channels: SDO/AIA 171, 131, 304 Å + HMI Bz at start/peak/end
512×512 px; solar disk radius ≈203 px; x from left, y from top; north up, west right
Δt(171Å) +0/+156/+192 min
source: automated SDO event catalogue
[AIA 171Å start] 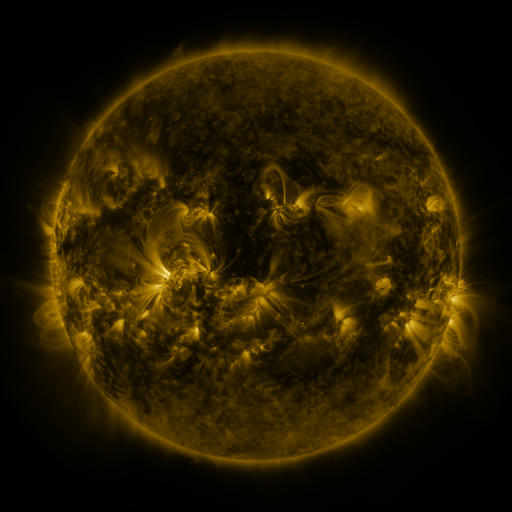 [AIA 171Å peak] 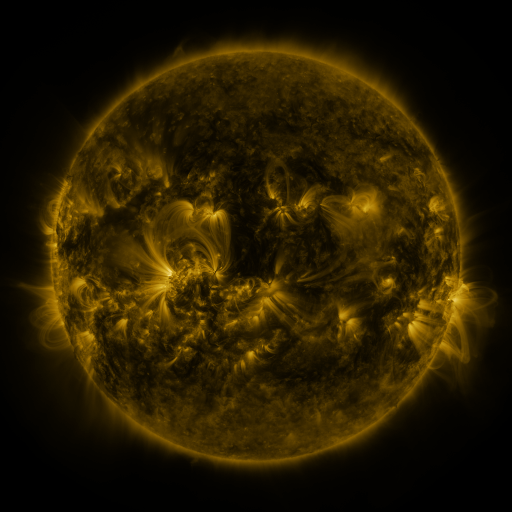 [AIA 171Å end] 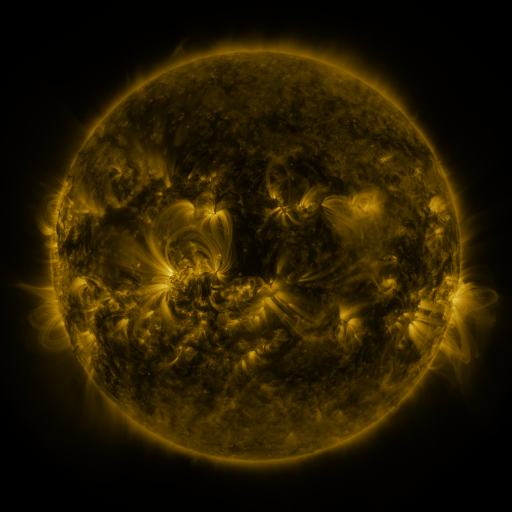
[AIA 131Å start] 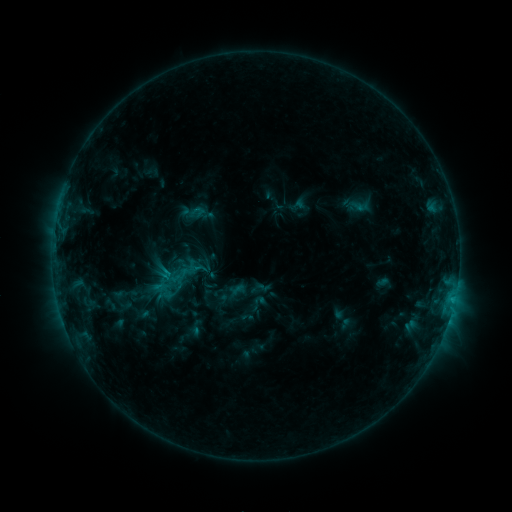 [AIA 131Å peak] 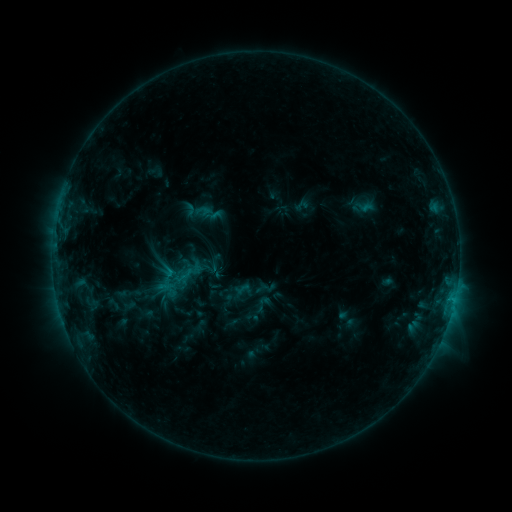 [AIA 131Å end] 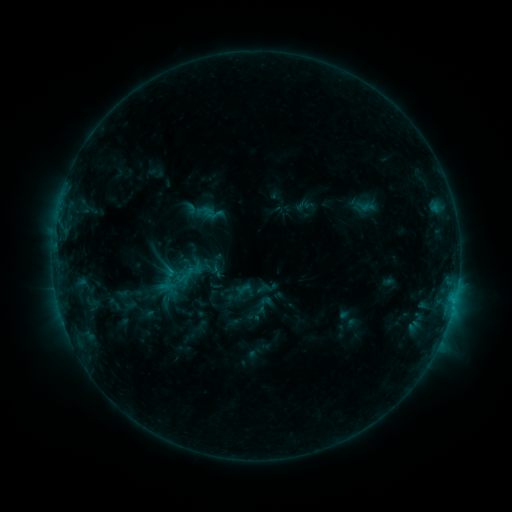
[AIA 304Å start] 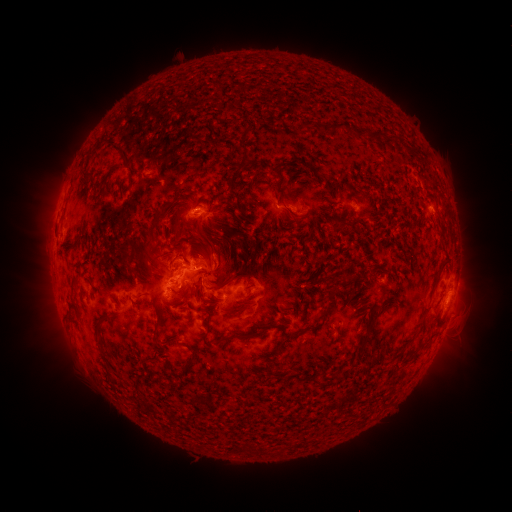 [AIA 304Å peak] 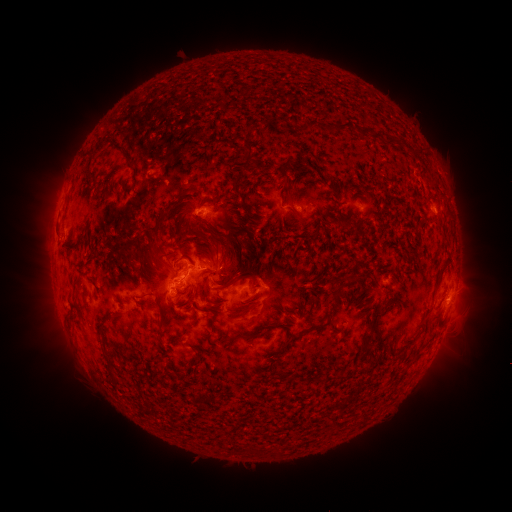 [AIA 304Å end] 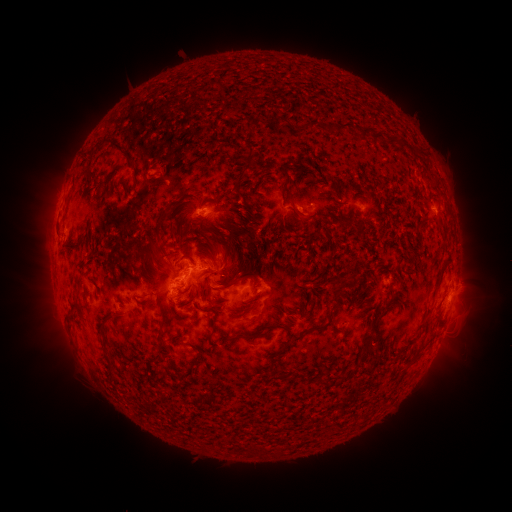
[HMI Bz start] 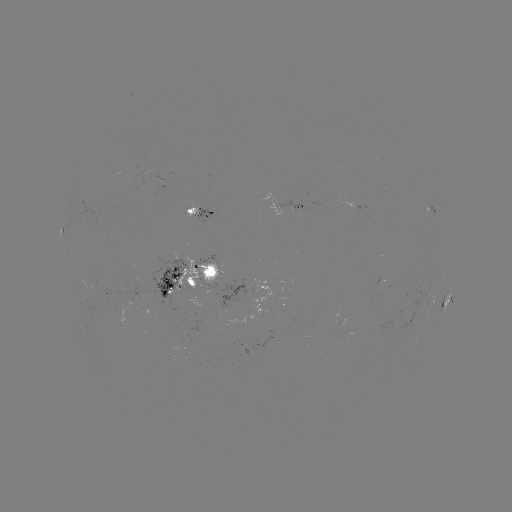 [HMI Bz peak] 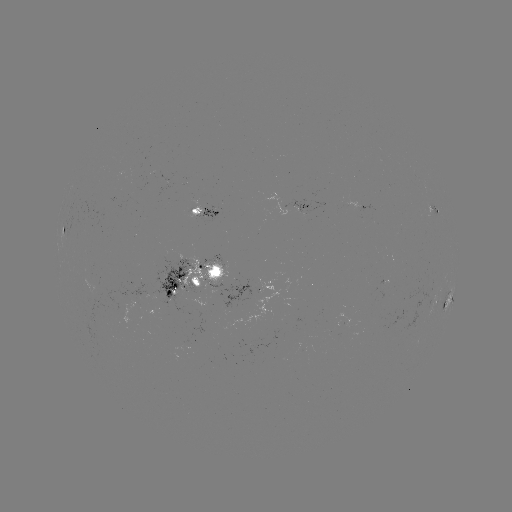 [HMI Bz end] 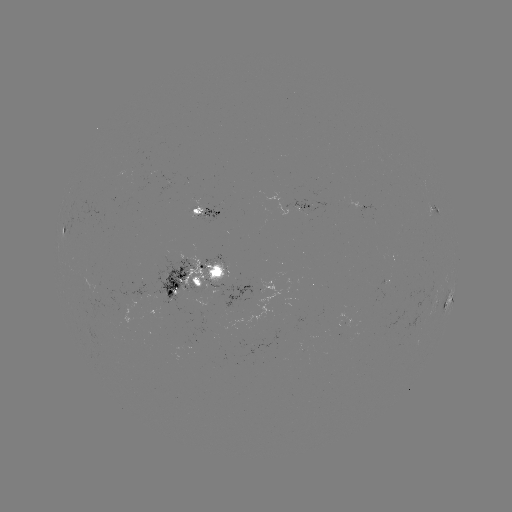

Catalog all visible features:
emerging-flux region: (229, 303)
